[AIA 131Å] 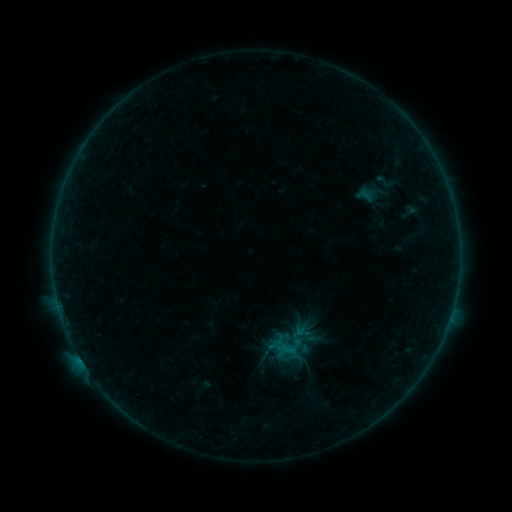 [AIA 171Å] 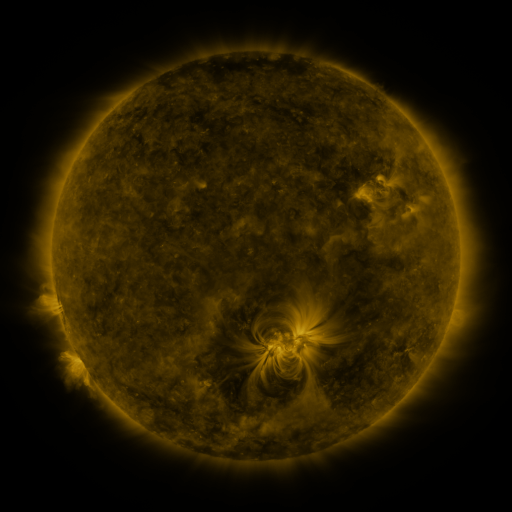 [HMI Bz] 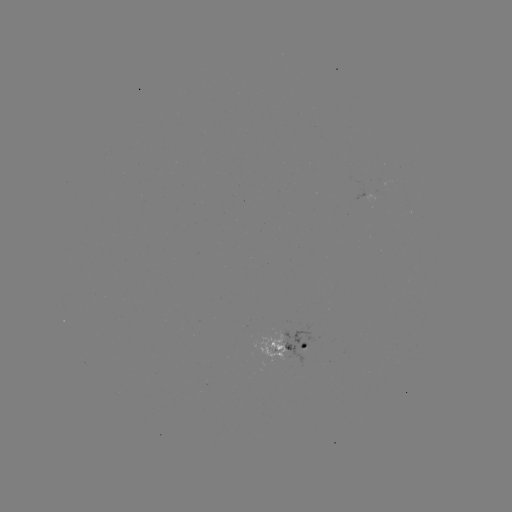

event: sigmoid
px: (385, 182)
